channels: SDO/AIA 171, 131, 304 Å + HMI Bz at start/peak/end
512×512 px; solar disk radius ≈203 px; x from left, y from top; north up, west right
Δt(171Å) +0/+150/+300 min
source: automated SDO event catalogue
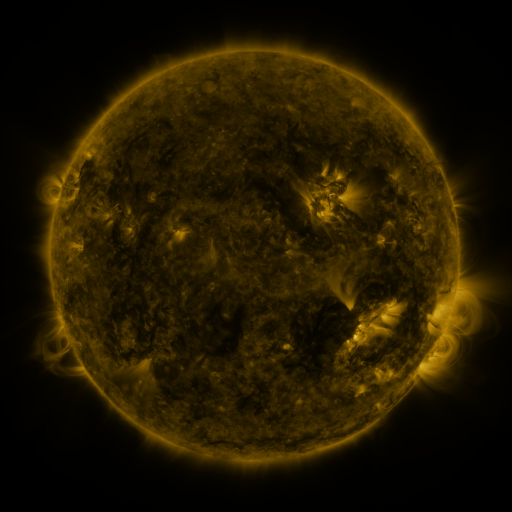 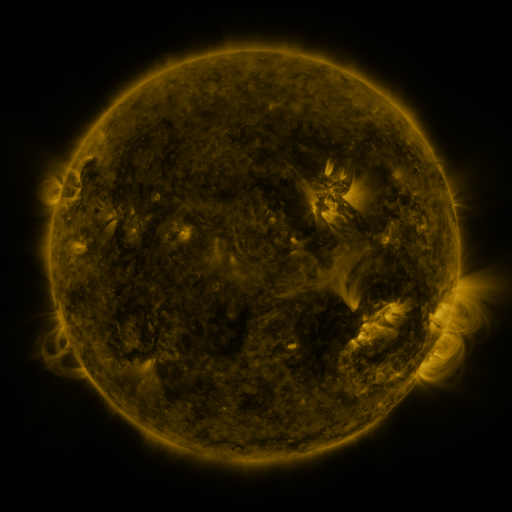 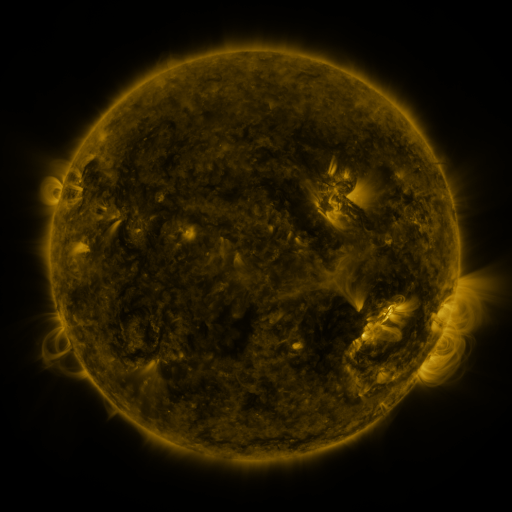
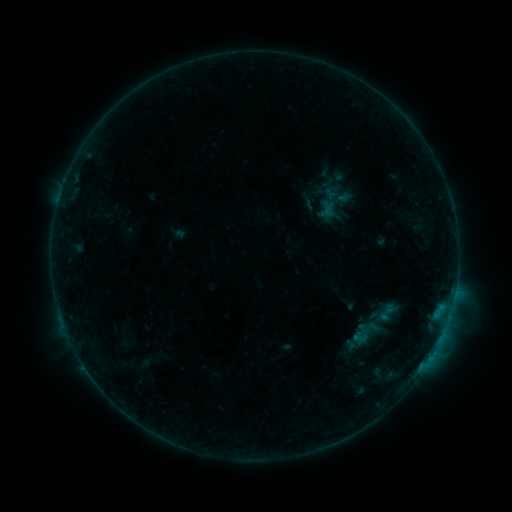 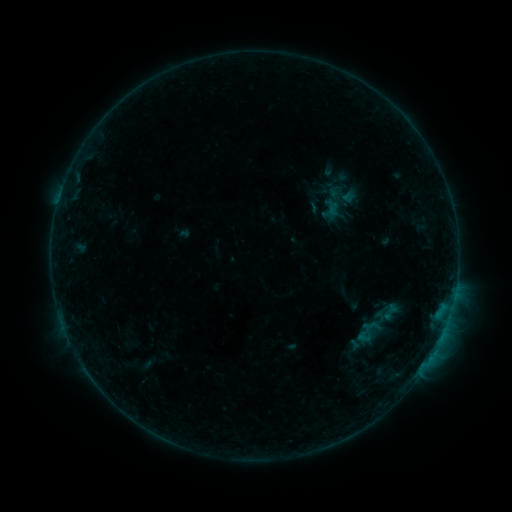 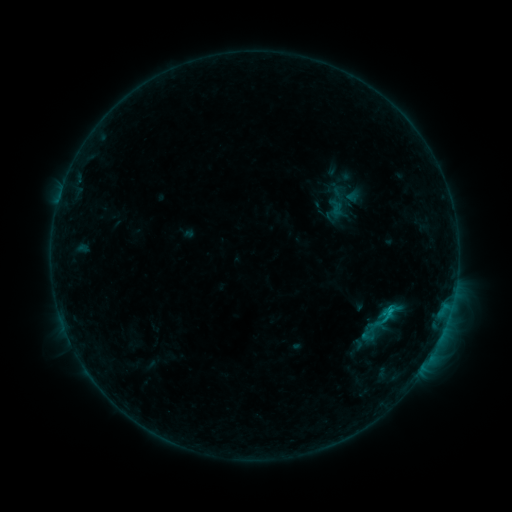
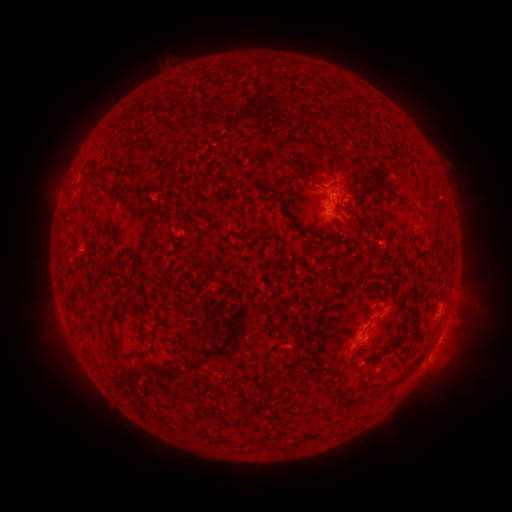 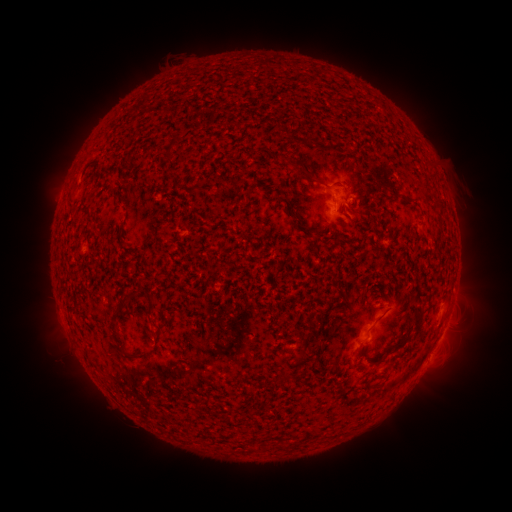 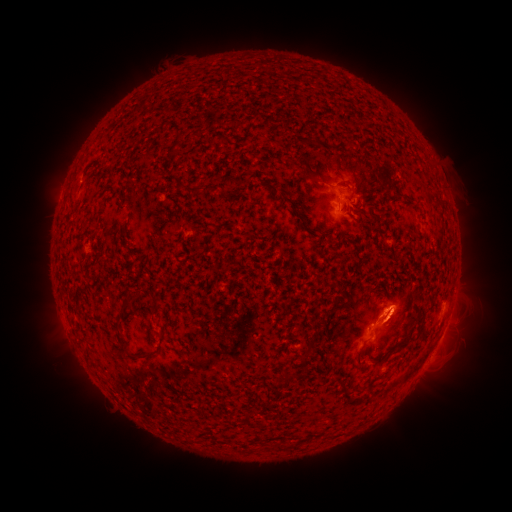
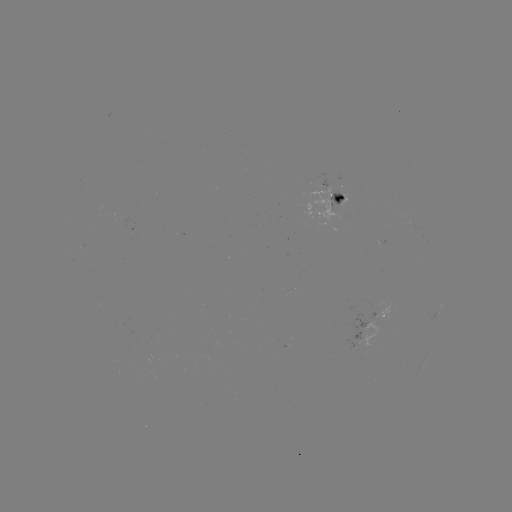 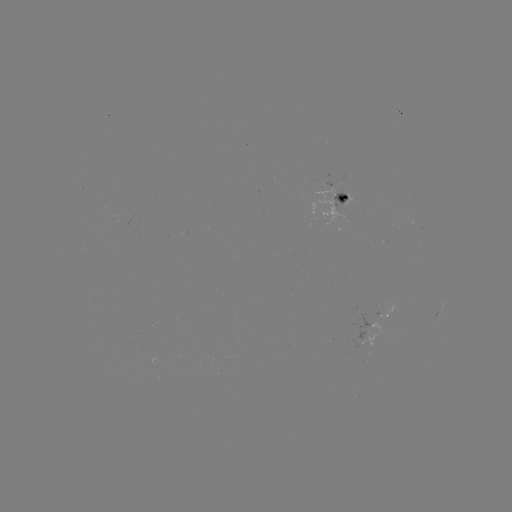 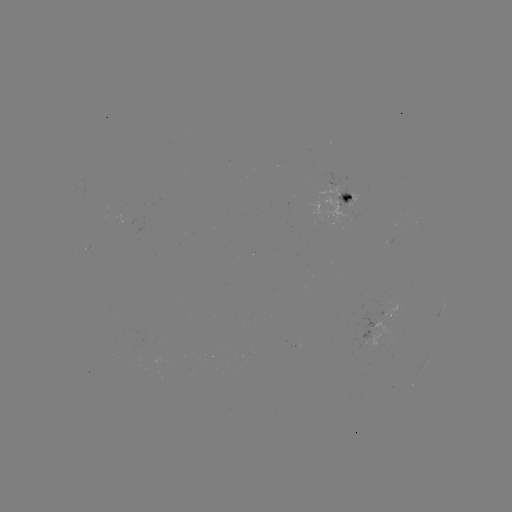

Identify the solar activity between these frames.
filament eruption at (276, 95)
